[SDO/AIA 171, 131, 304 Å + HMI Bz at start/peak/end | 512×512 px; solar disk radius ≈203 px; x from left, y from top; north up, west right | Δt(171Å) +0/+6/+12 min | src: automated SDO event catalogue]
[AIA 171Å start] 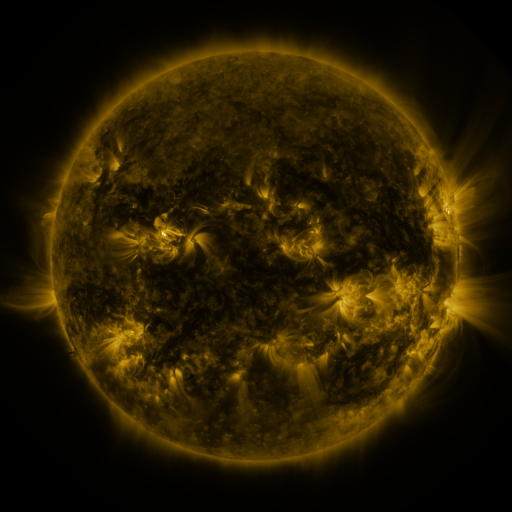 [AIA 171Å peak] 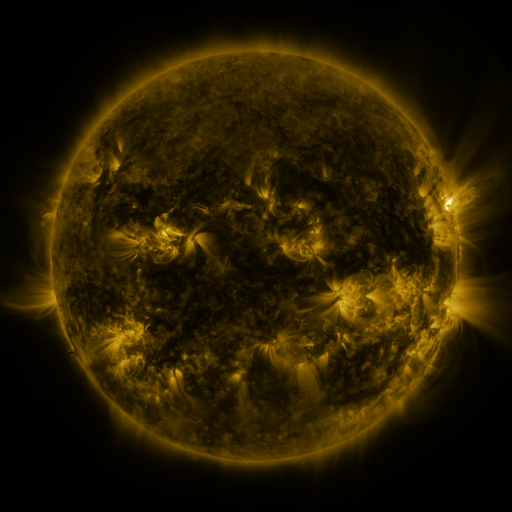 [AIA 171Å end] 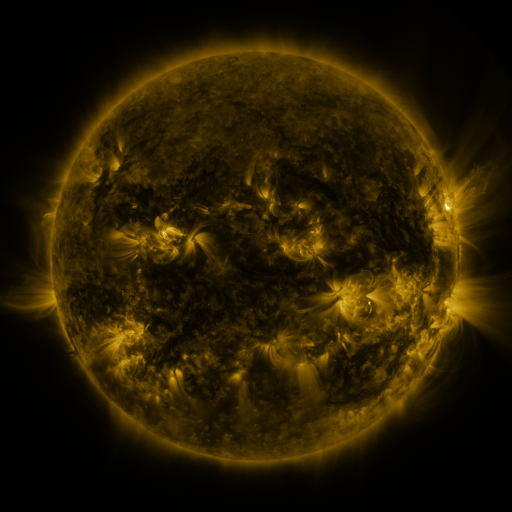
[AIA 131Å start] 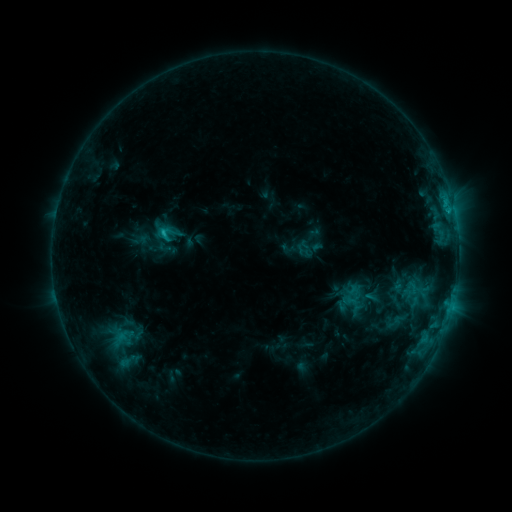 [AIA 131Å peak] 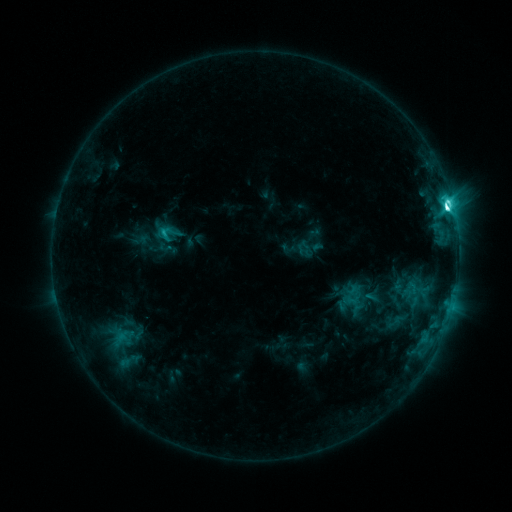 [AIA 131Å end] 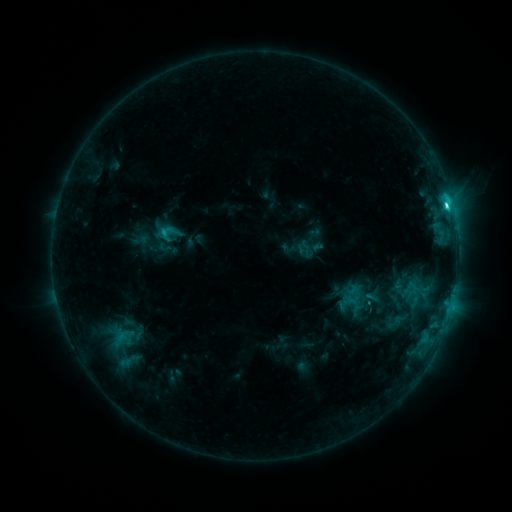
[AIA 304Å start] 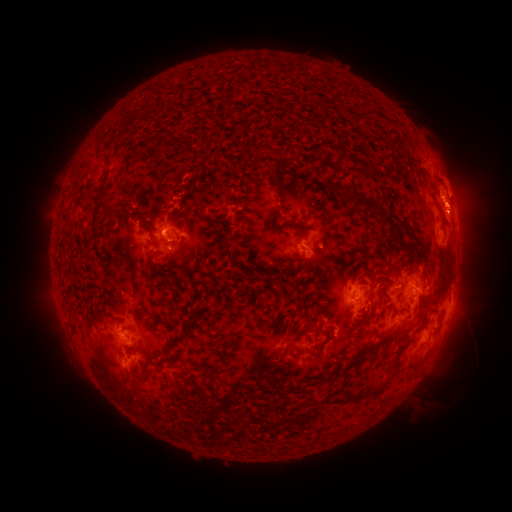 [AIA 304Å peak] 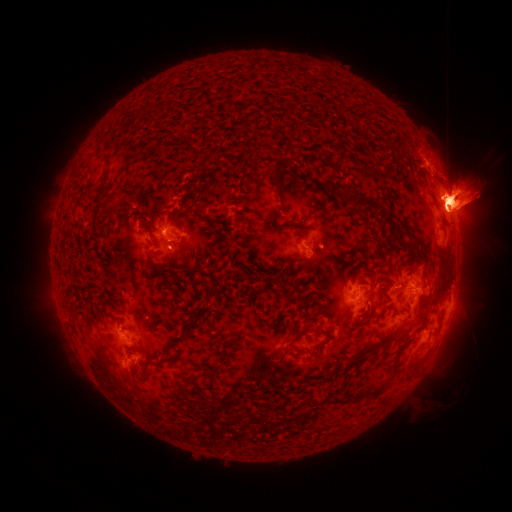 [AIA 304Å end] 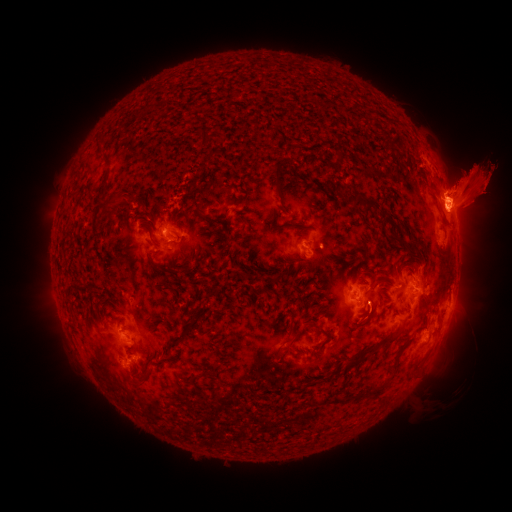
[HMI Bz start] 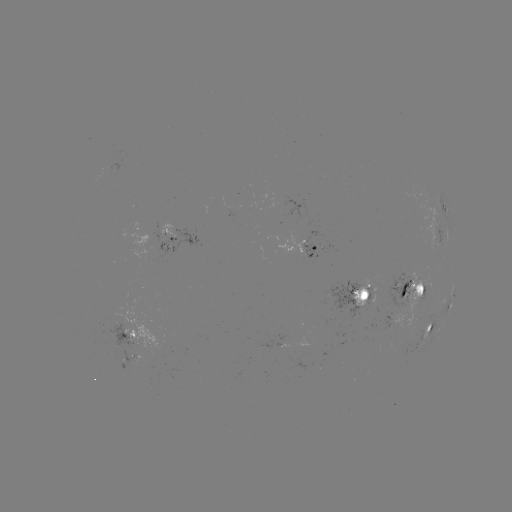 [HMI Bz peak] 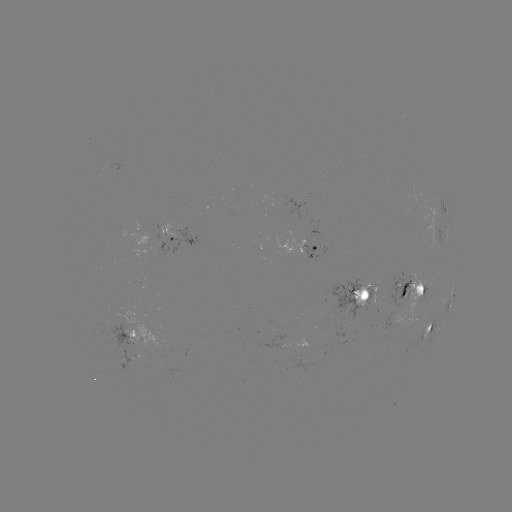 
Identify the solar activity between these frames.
M1.5 flare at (447, 210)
